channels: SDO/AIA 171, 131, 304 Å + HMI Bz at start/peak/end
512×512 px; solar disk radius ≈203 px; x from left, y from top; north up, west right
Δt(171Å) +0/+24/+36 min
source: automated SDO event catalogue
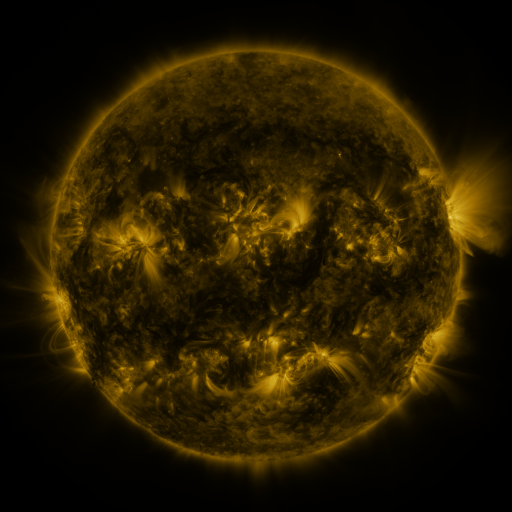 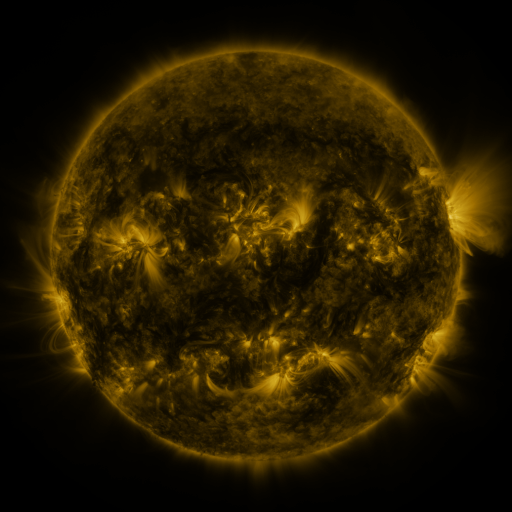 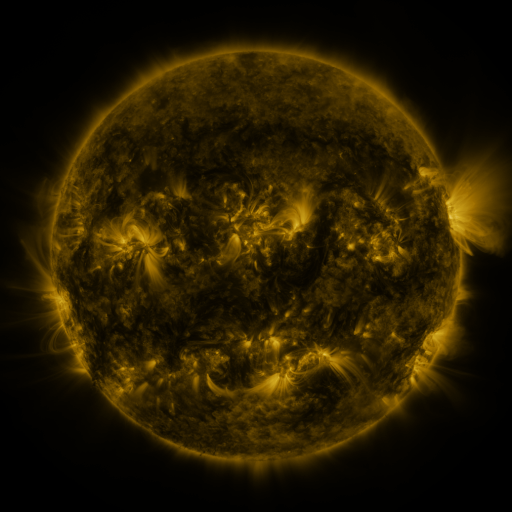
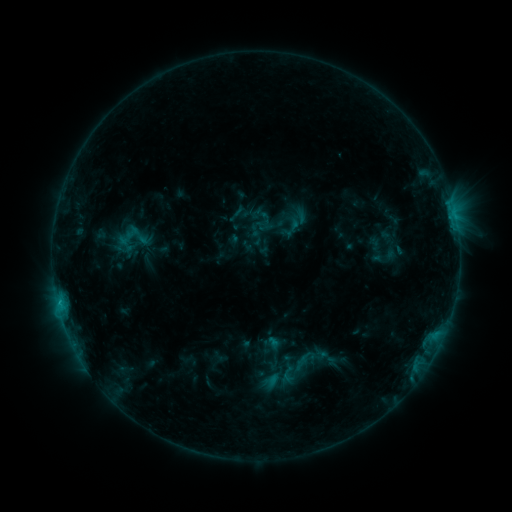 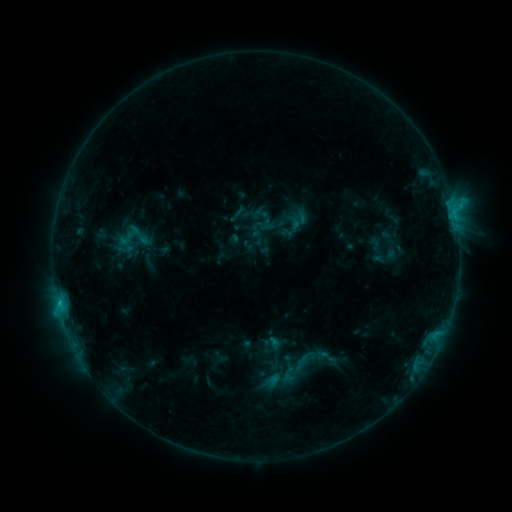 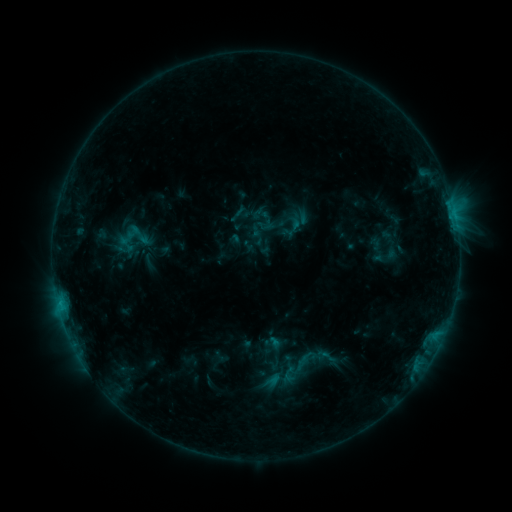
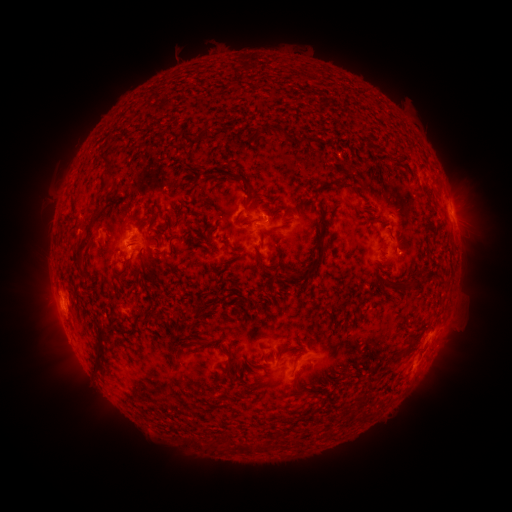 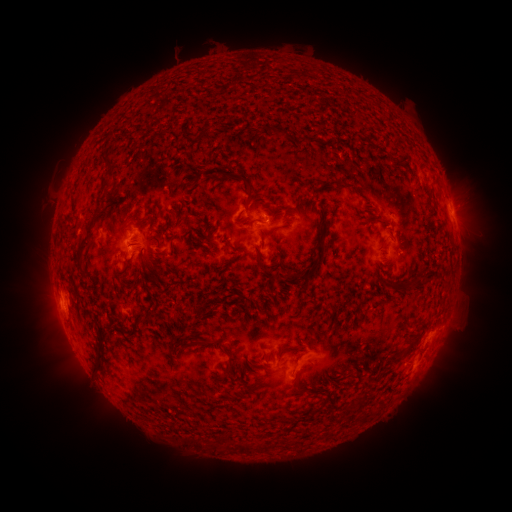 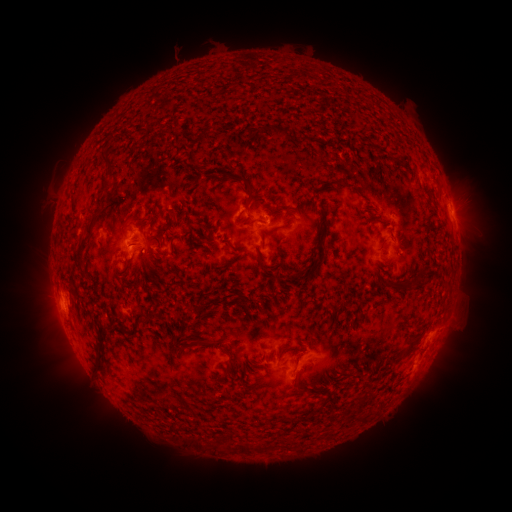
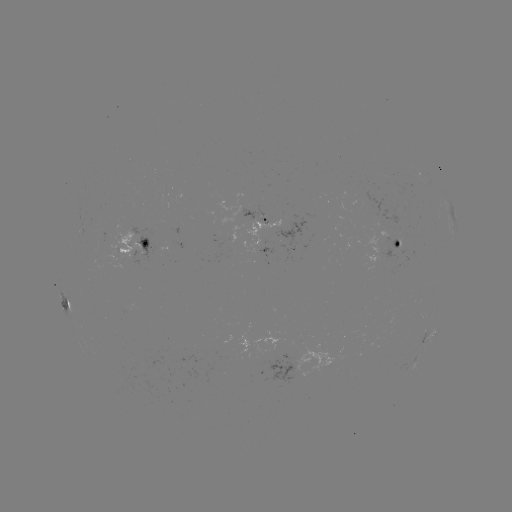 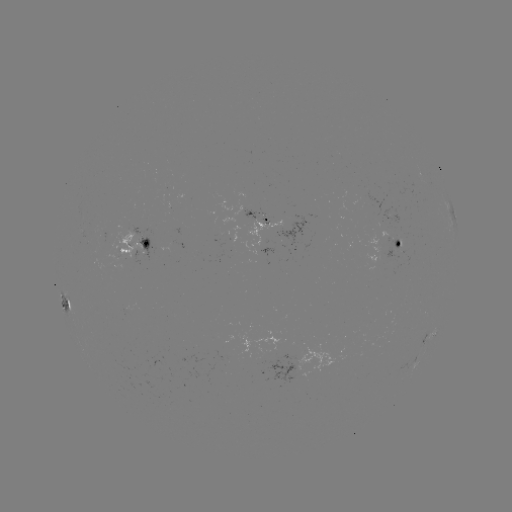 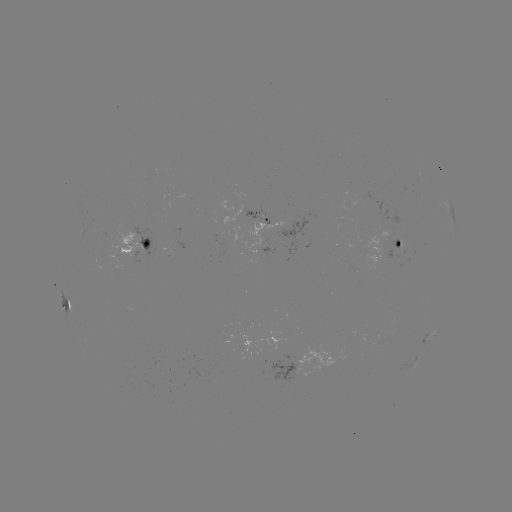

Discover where C1.1 flare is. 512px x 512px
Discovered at (59, 300).